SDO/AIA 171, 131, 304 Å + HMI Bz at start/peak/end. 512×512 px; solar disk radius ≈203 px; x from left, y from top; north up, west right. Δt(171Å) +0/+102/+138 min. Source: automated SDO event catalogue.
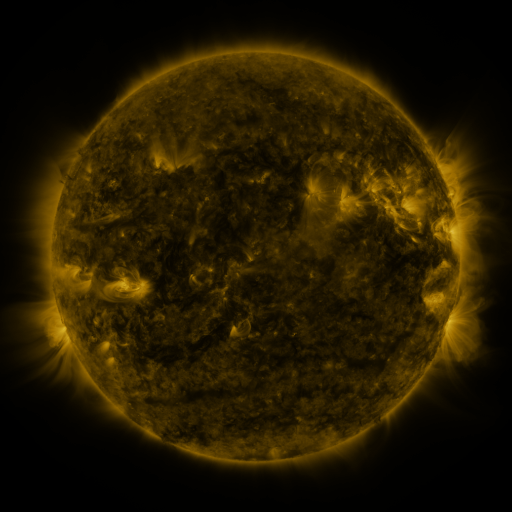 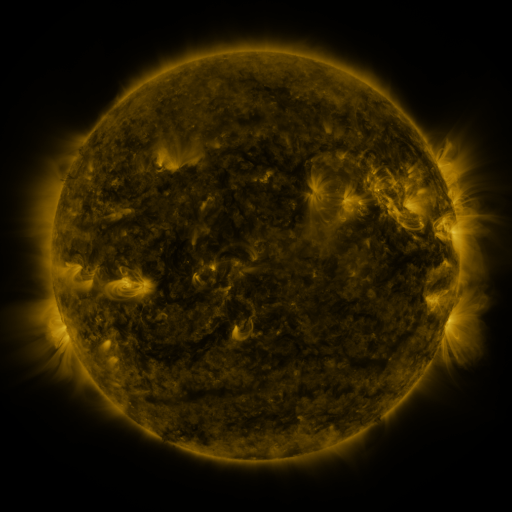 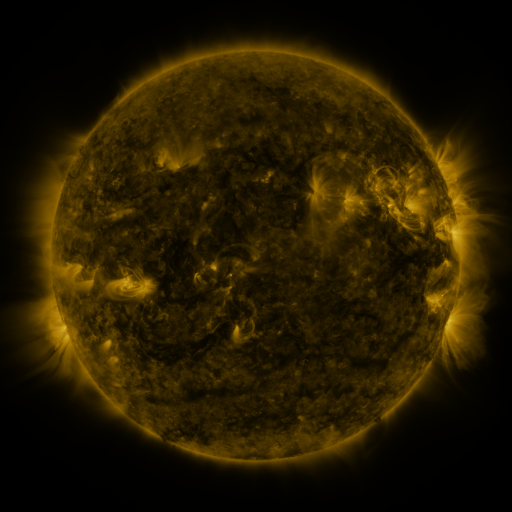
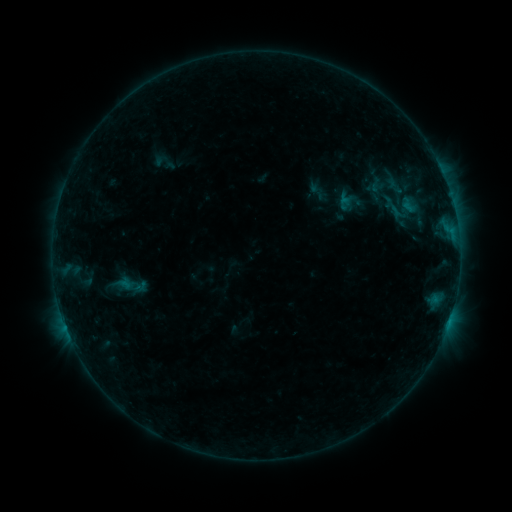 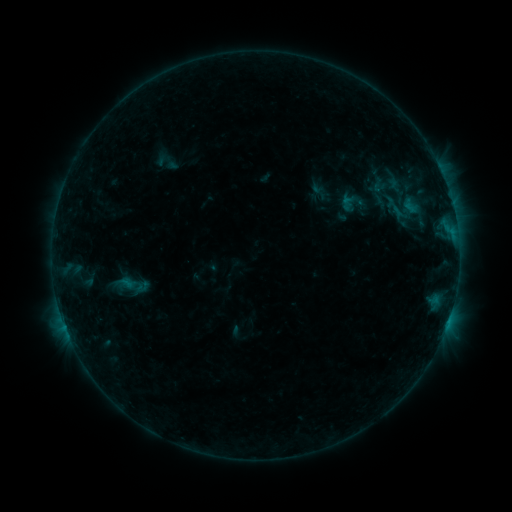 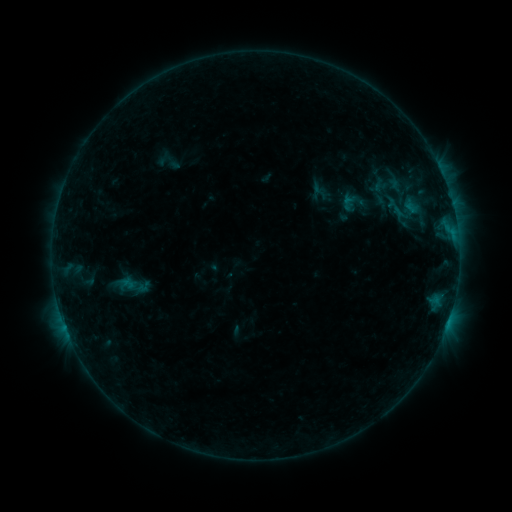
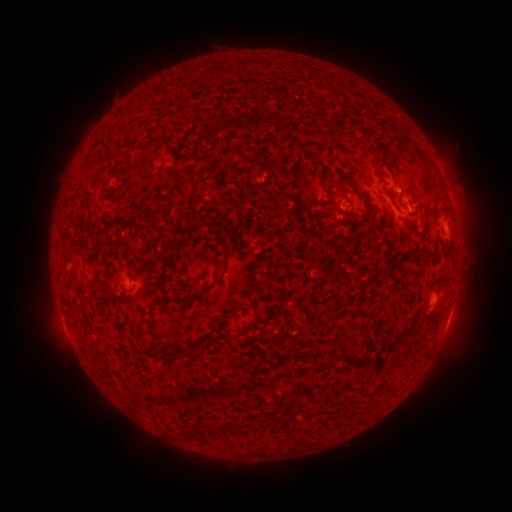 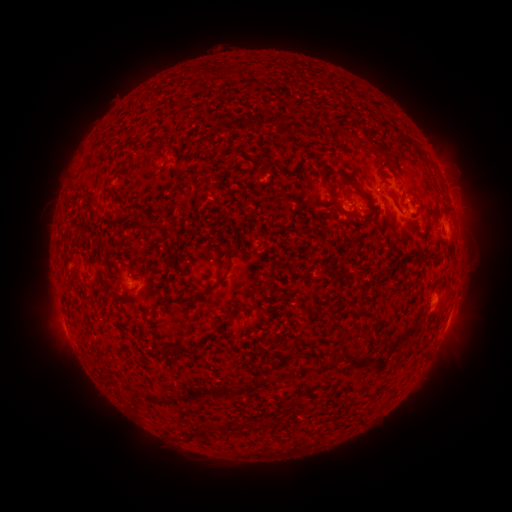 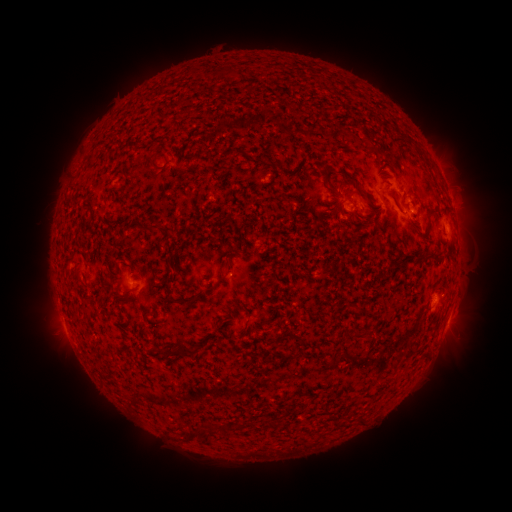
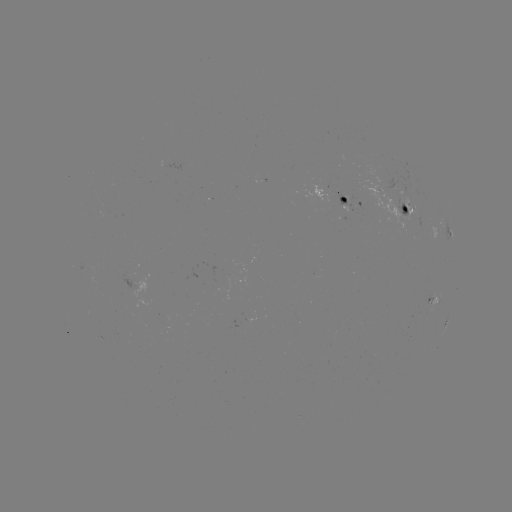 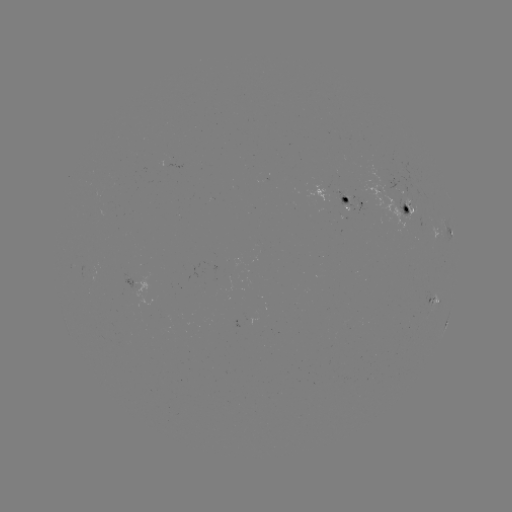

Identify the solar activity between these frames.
emerging-flux region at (356, 204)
